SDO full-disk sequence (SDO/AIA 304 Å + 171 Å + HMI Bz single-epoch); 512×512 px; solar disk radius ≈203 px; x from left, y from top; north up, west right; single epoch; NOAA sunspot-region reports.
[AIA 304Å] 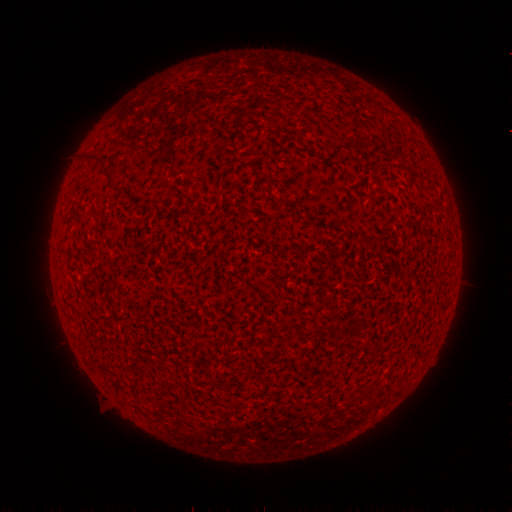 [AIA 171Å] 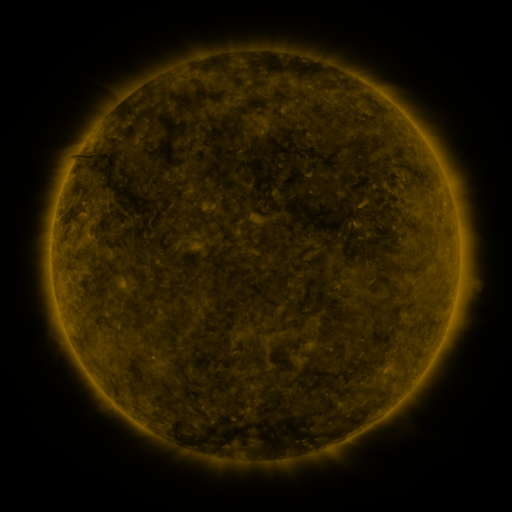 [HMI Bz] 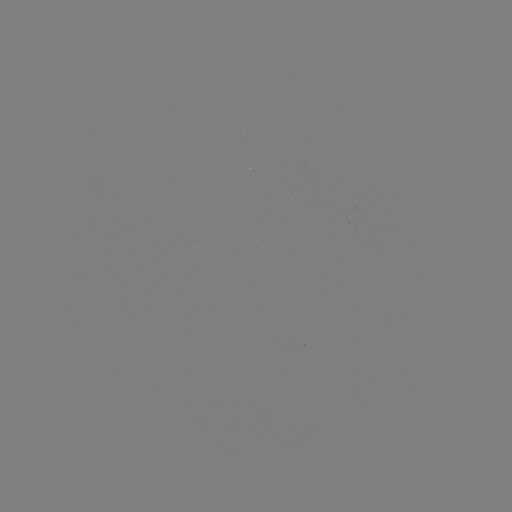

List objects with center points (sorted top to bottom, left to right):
(none)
